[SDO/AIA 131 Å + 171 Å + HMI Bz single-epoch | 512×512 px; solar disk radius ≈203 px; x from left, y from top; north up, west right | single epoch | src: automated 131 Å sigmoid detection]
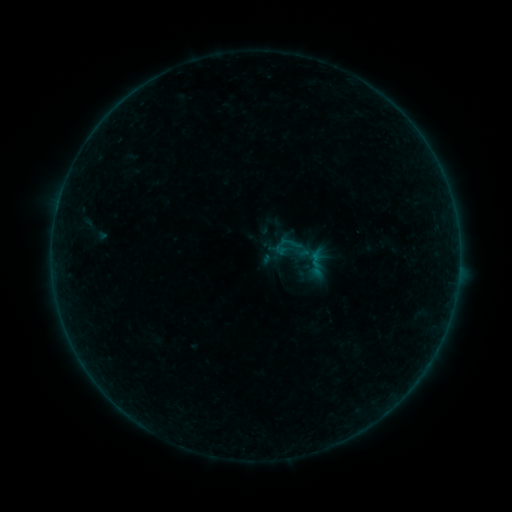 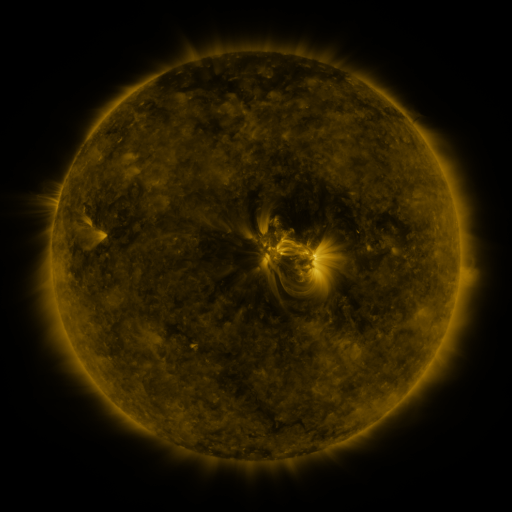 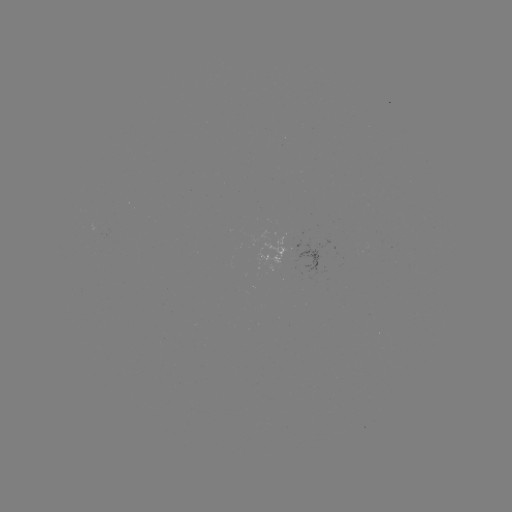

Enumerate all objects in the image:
sigmoid: (292, 248)
